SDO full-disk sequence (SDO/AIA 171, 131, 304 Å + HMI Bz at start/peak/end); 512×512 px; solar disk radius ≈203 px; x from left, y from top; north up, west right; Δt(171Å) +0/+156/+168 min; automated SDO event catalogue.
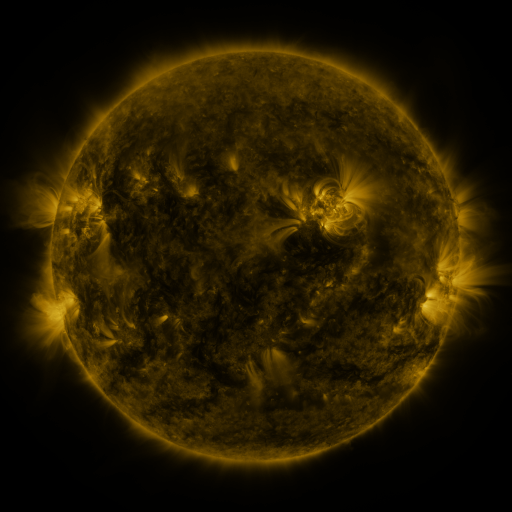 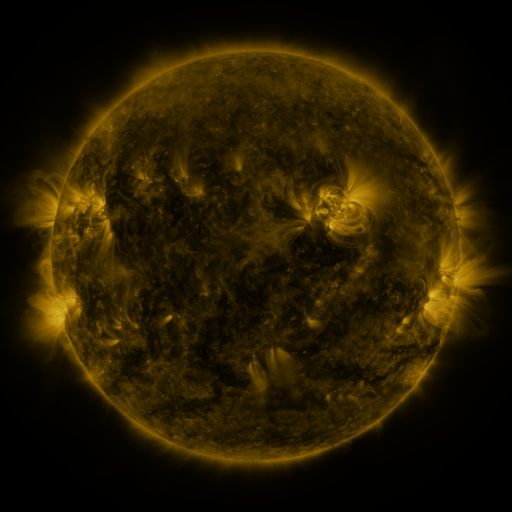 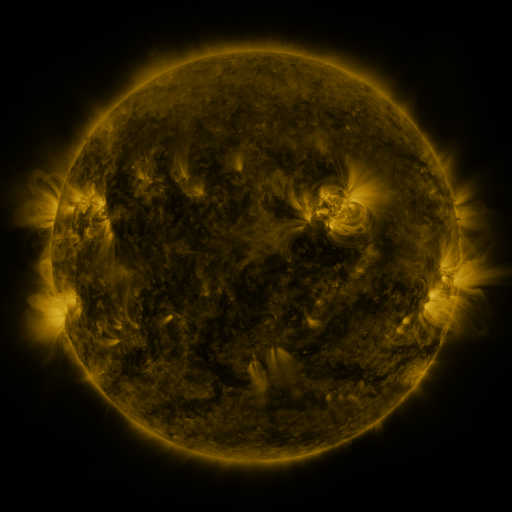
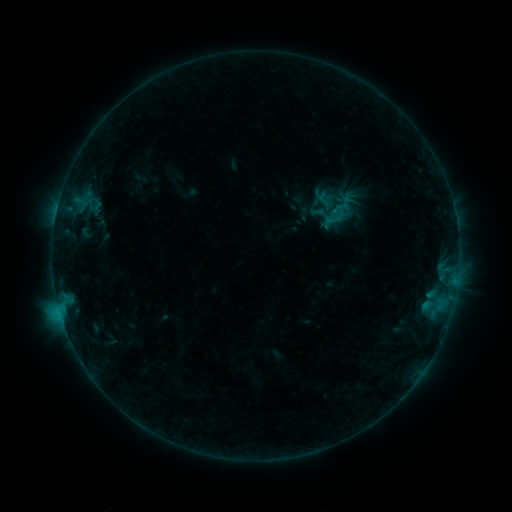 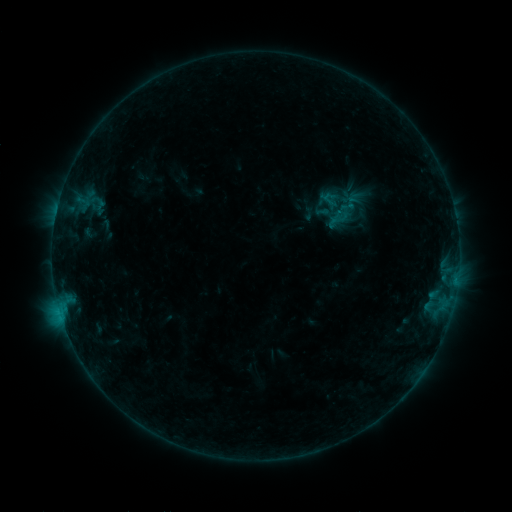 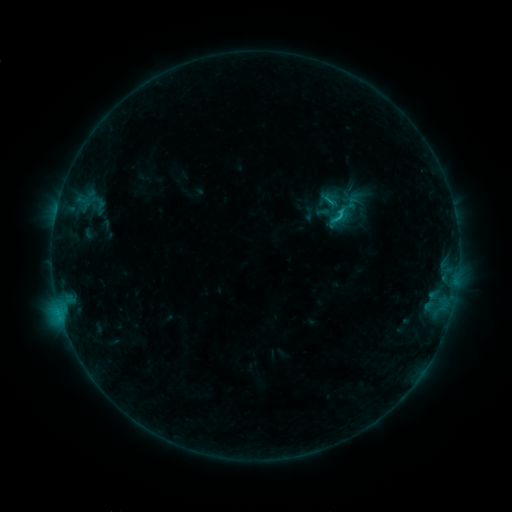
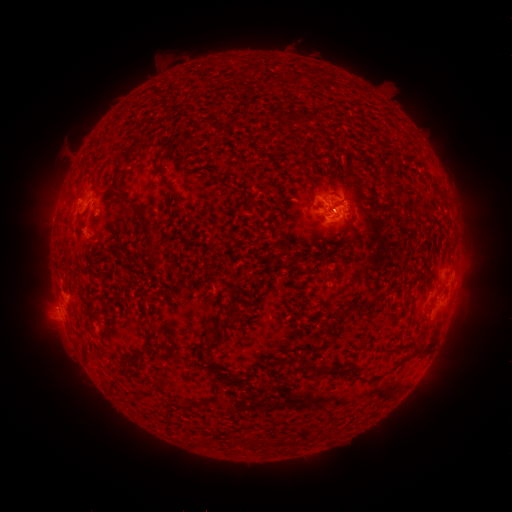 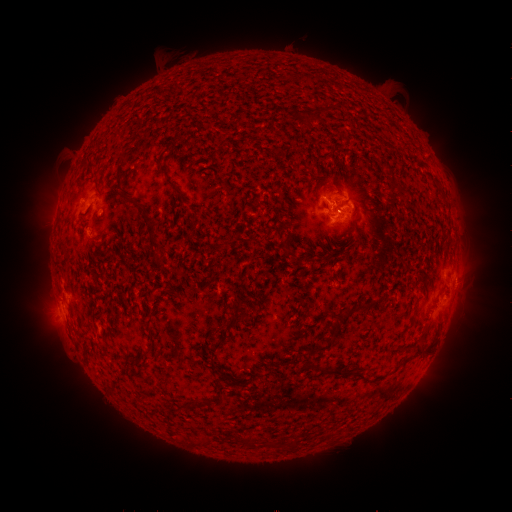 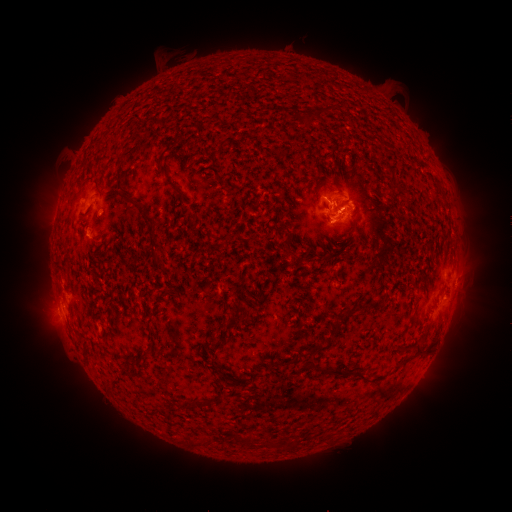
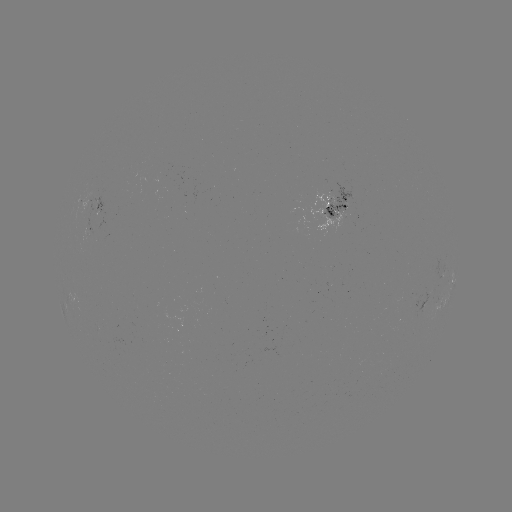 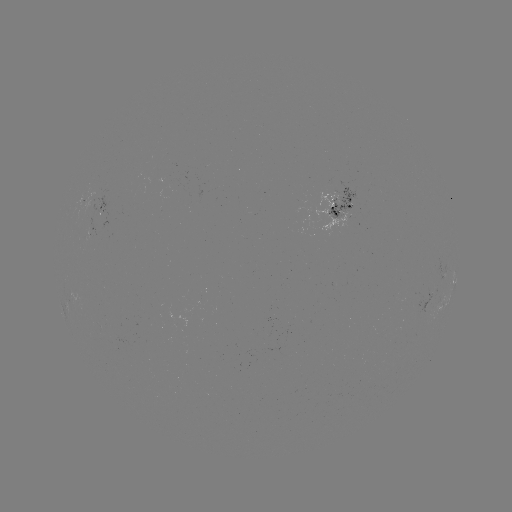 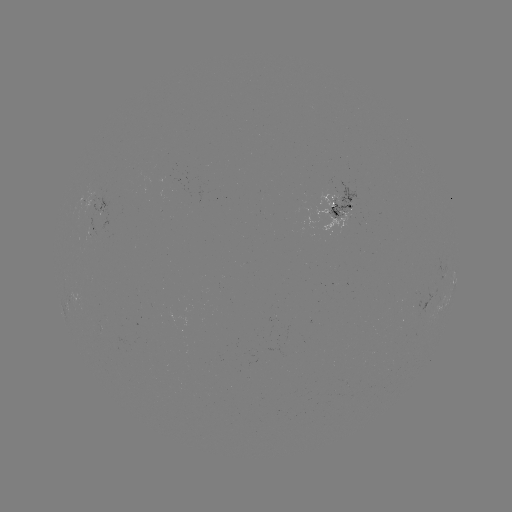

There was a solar emerging-flux region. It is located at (91, 201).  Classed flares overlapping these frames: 2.